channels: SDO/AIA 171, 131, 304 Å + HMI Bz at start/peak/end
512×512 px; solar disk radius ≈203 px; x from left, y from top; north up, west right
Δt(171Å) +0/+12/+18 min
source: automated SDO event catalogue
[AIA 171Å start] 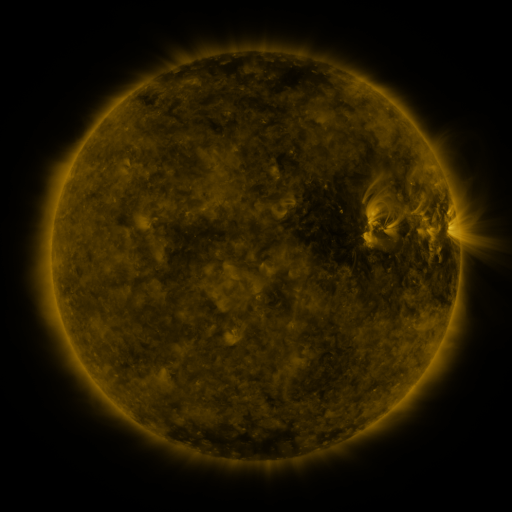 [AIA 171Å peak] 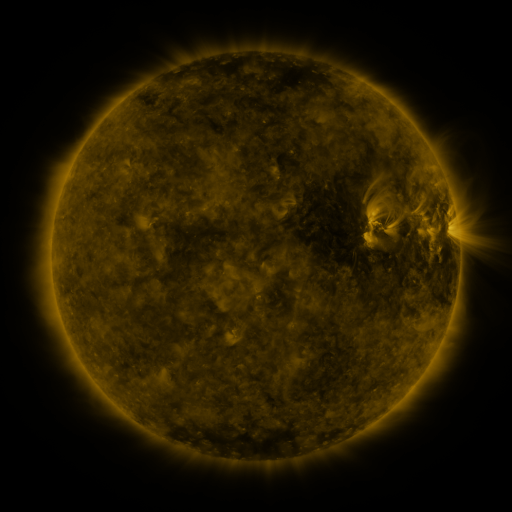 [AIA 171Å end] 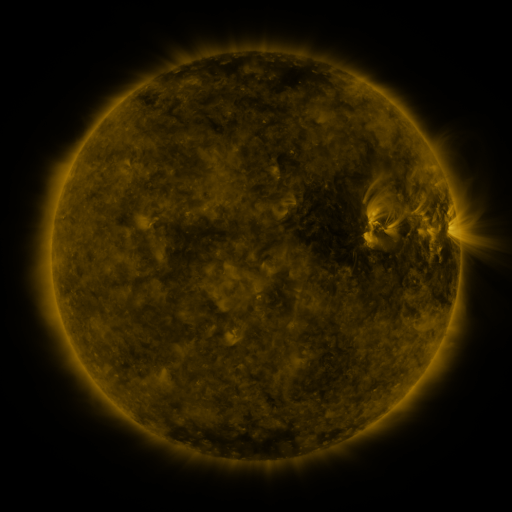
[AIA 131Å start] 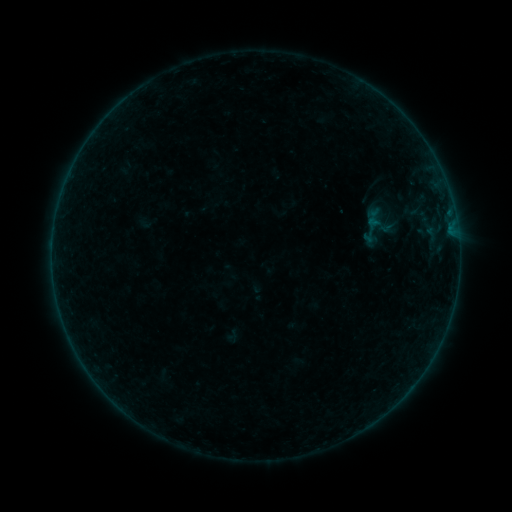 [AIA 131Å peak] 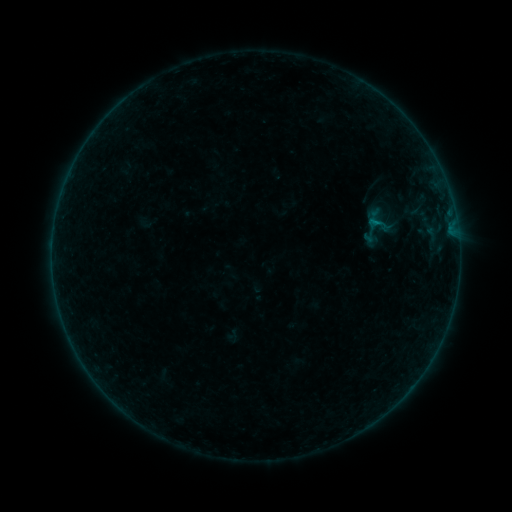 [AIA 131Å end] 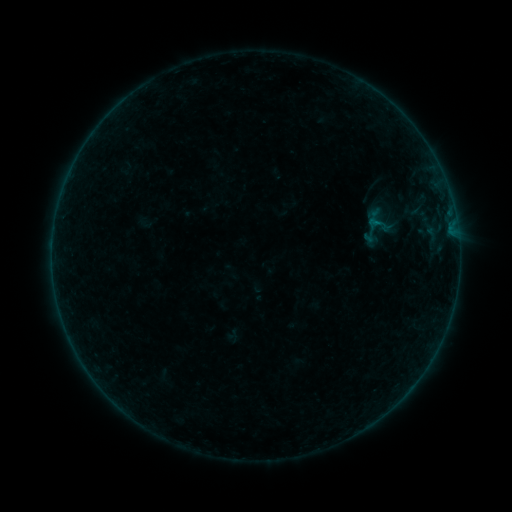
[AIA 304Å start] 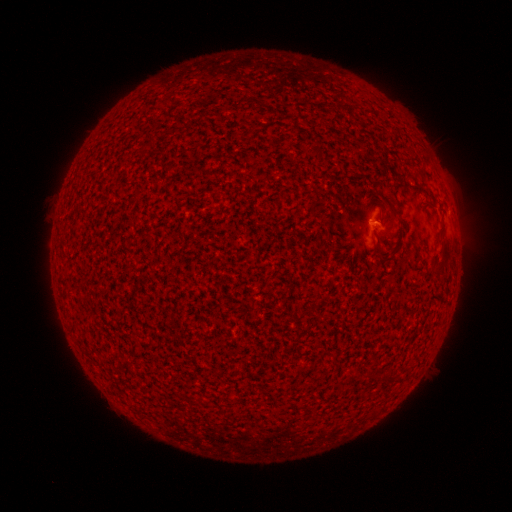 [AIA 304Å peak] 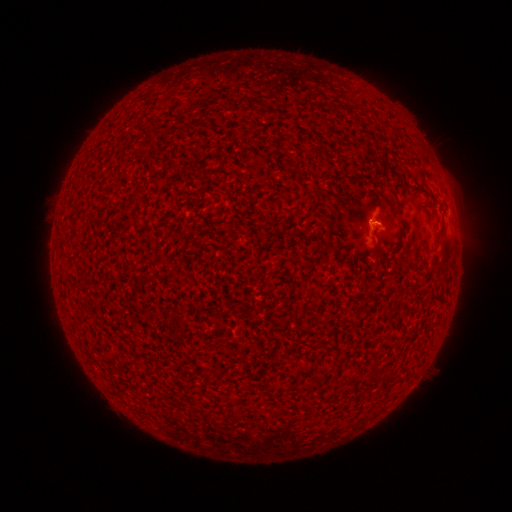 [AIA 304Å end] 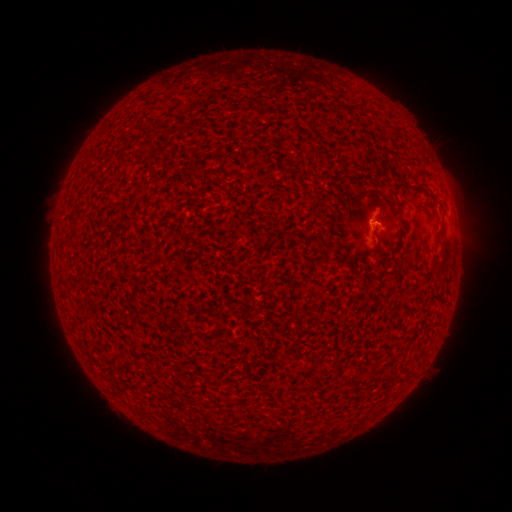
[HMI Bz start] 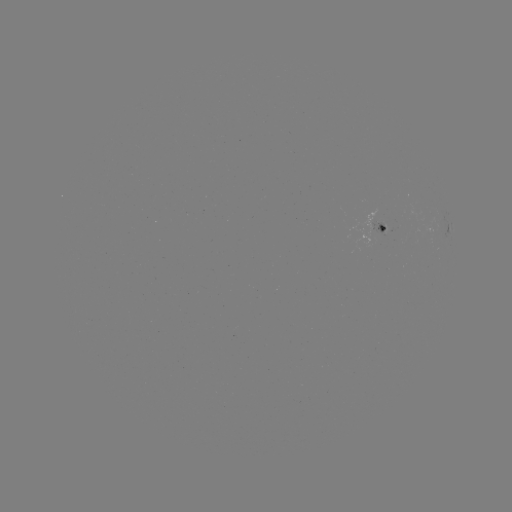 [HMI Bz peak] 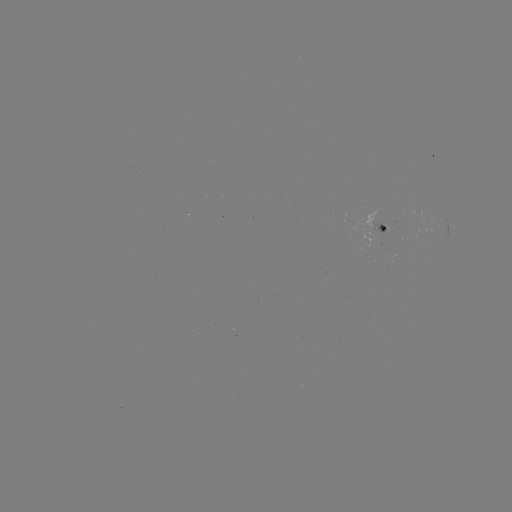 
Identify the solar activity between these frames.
B2.0 flare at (374, 223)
